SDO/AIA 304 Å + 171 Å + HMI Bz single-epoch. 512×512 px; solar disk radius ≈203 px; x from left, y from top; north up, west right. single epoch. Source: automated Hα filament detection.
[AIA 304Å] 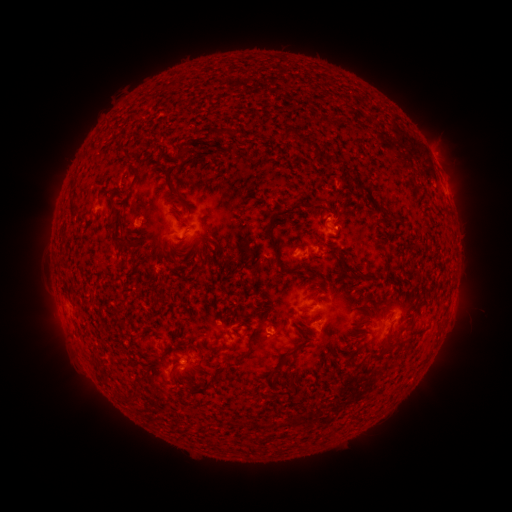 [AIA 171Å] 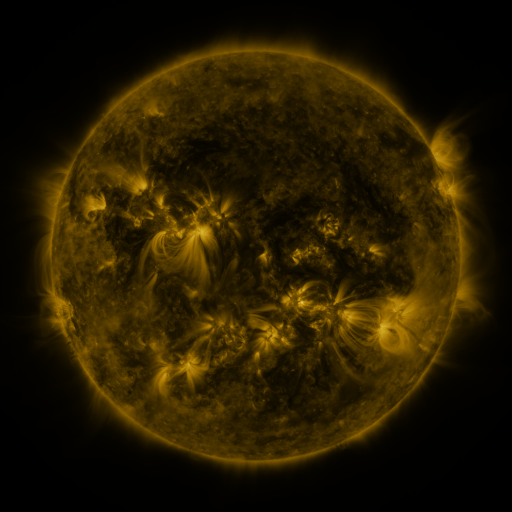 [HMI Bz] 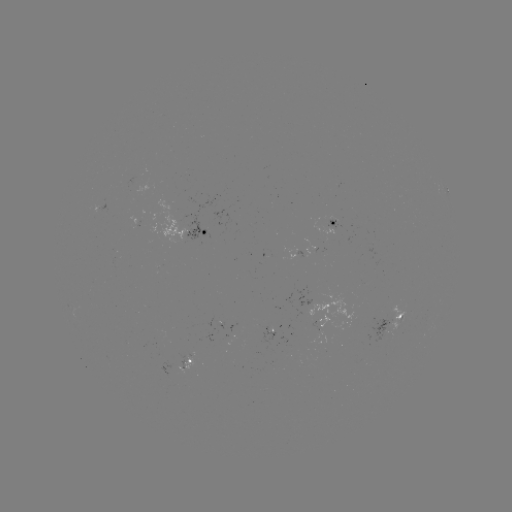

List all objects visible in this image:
filament: (286, 131)
filament: (216, 134)
filament: (301, 141)
filament: (120, 152)
filament: (166, 179)
filament: (133, 182)
filament: (167, 203)
filament: (316, 203)
filament: (333, 213)
filament: (114, 216)
filament: (269, 228)
filament: (144, 238)
filament: (119, 242)
filament: (217, 242)
filament: (334, 251)
filament: (195, 254)
filament: (363, 274)
filament: (387, 304)
filament: (419, 308)
filament: (228, 316)
filament: (257, 330)
filament: (216, 350)
filament: (383, 351)
filament: (283, 364)
filament: (177, 366)
